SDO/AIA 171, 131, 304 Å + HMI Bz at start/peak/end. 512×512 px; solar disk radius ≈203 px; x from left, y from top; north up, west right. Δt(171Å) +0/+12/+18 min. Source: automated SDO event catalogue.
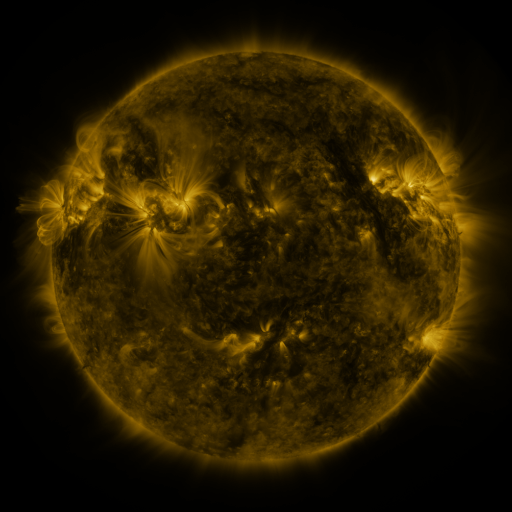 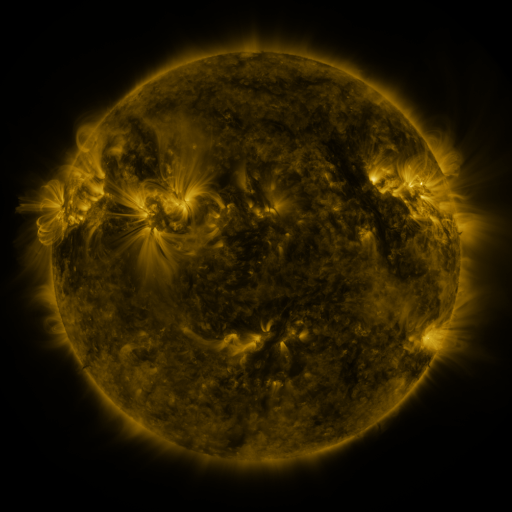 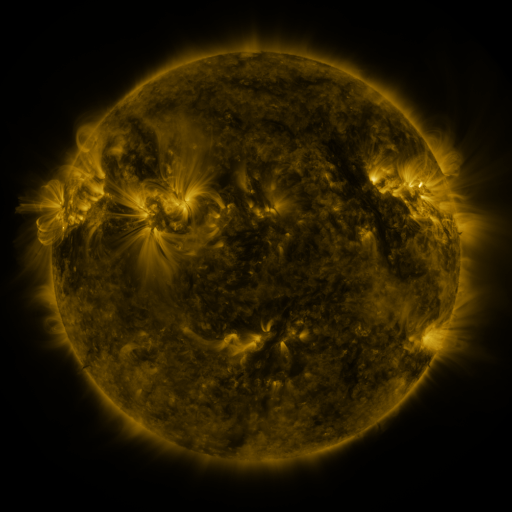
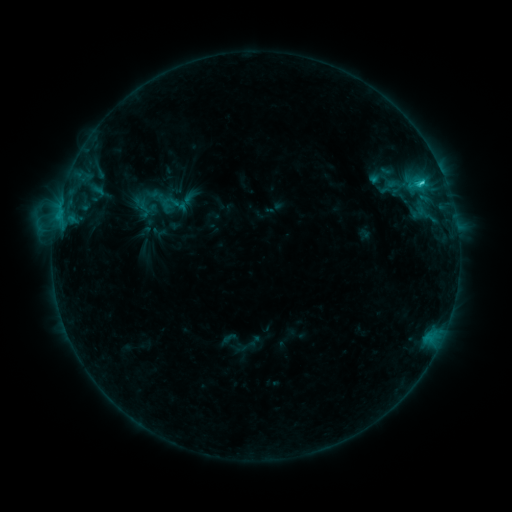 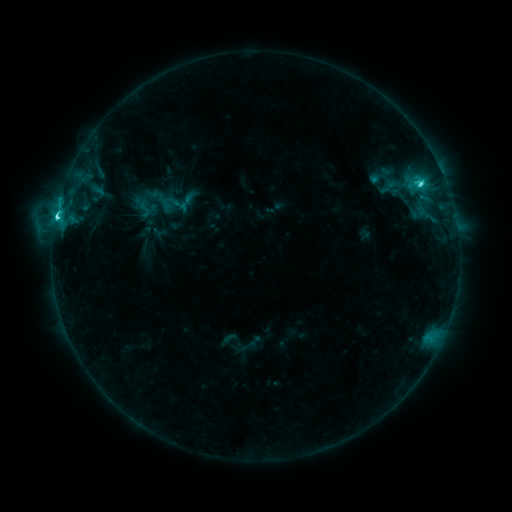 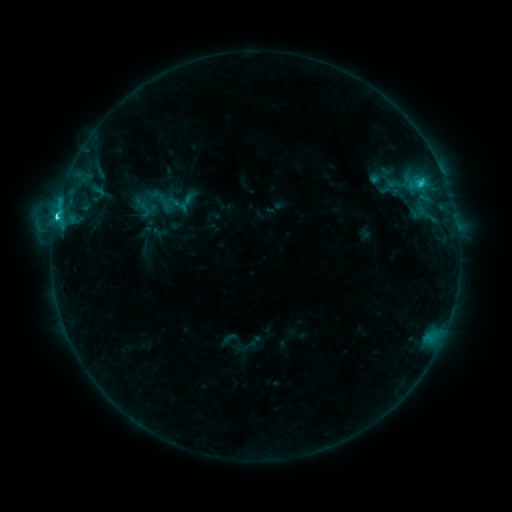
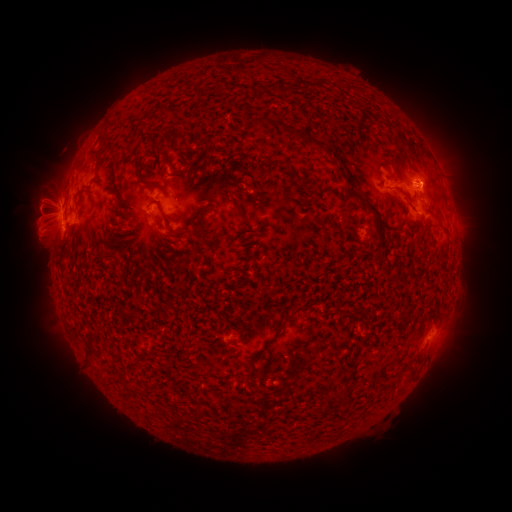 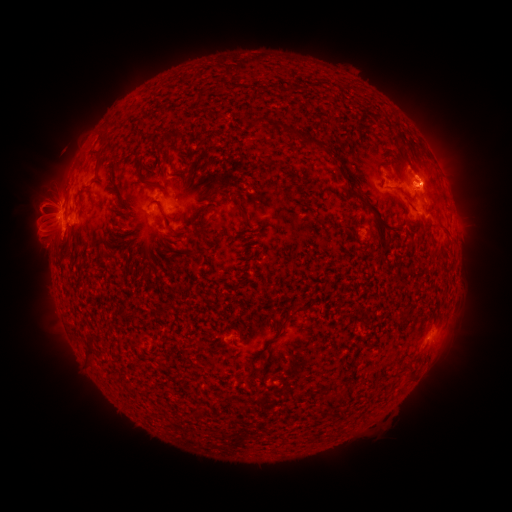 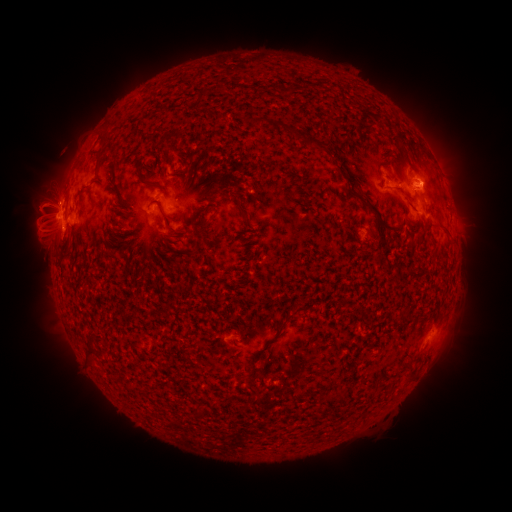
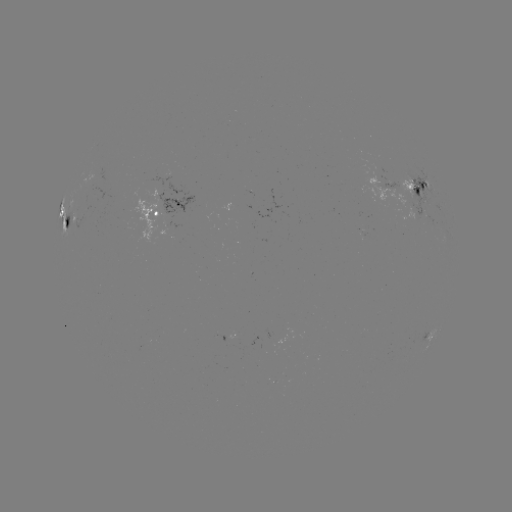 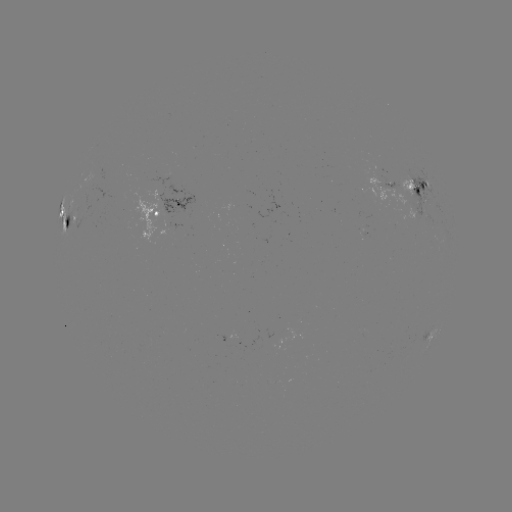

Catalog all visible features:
C5.5 flare: (419, 188)
